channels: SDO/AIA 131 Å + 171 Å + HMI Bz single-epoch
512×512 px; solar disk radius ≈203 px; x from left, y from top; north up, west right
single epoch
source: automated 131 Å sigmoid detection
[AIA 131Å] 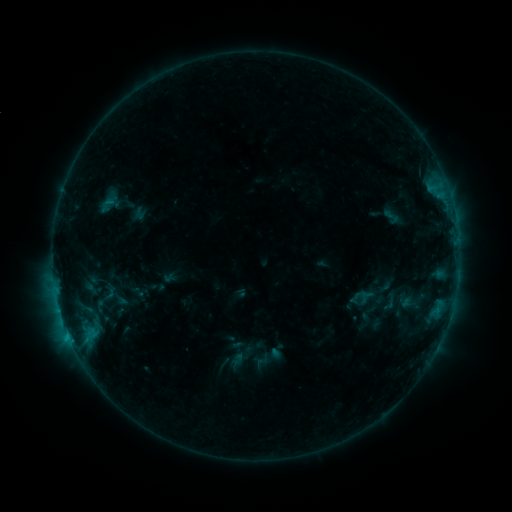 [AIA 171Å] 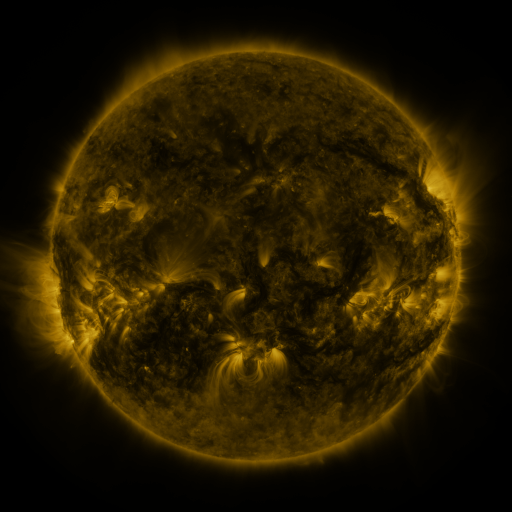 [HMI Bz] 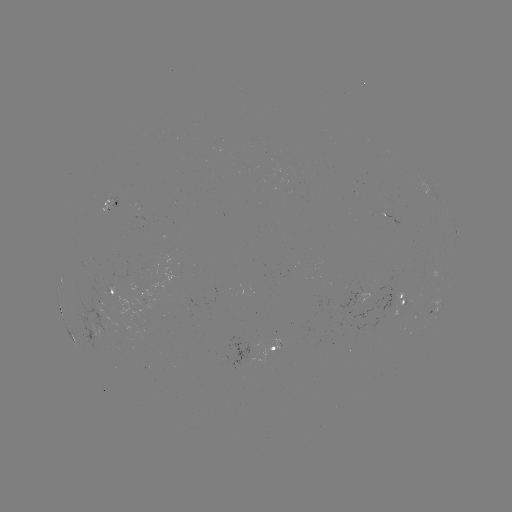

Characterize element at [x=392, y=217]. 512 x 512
sigmoid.